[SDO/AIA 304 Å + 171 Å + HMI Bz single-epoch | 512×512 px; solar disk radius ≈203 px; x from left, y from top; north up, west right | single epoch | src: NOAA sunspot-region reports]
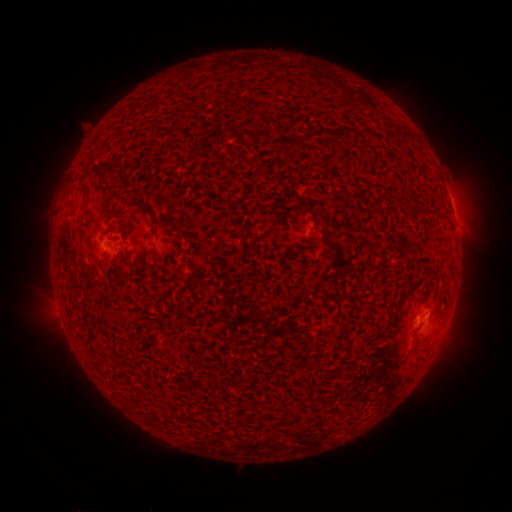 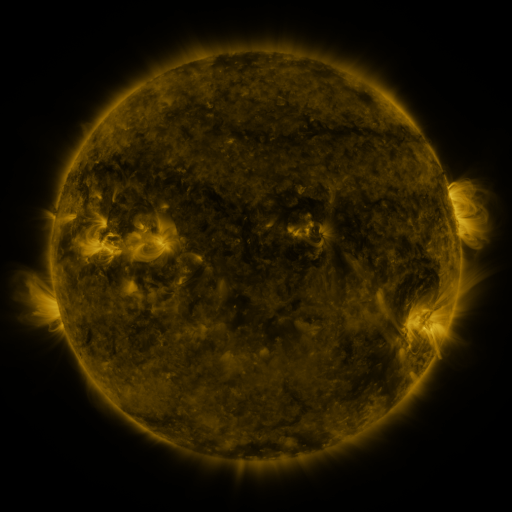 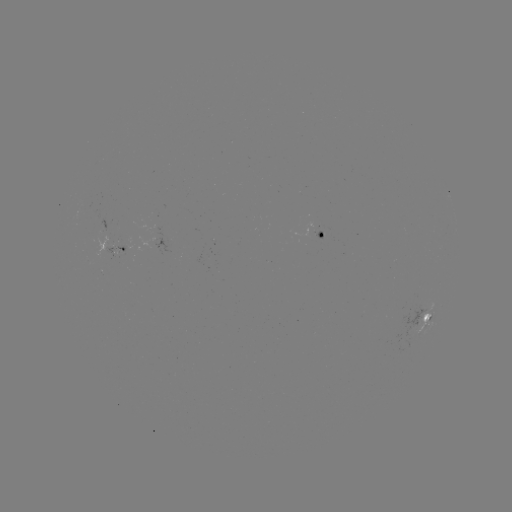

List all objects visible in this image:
spotted active region: (324, 236)
spotted active region: (112, 246)
spotted active region: (426, 318)
